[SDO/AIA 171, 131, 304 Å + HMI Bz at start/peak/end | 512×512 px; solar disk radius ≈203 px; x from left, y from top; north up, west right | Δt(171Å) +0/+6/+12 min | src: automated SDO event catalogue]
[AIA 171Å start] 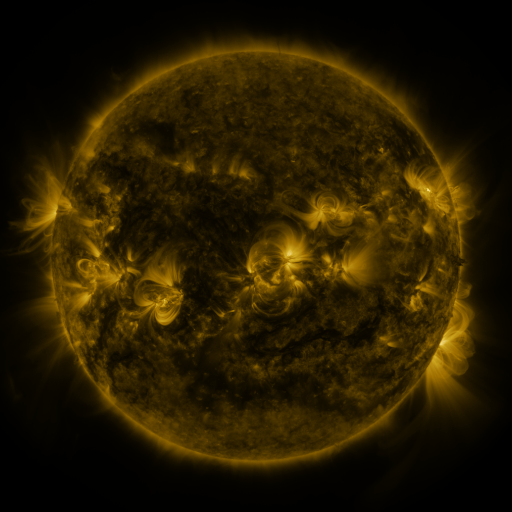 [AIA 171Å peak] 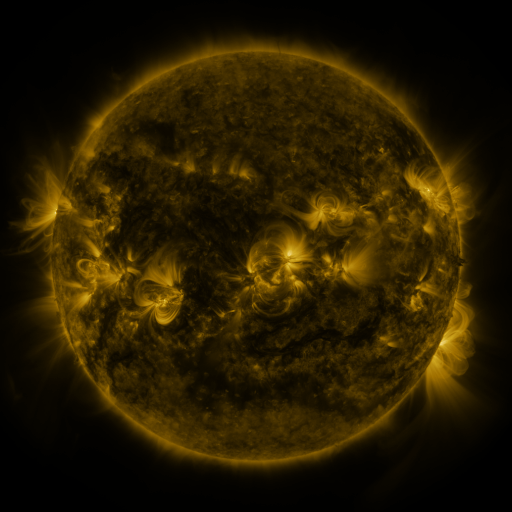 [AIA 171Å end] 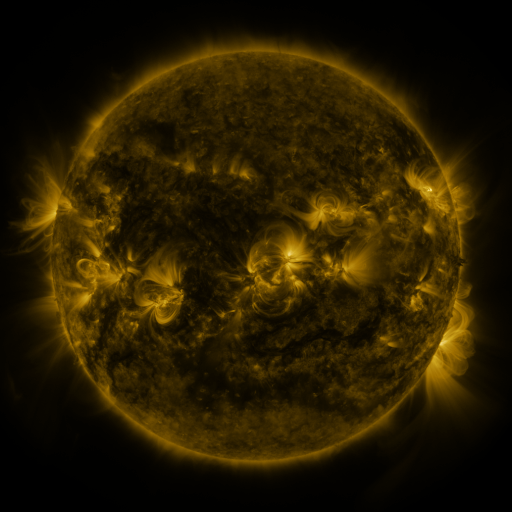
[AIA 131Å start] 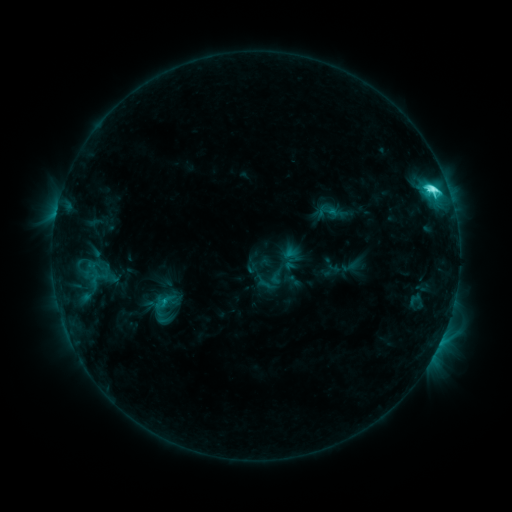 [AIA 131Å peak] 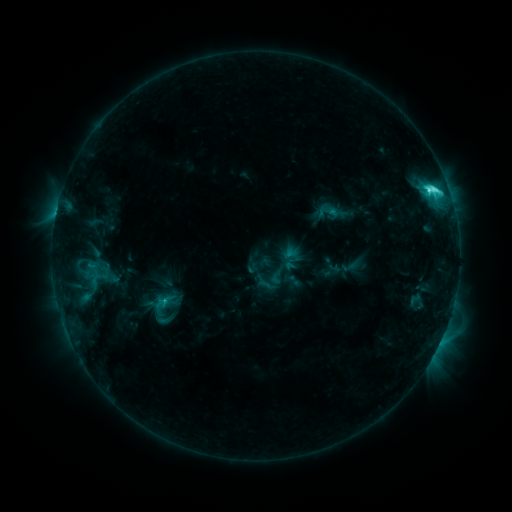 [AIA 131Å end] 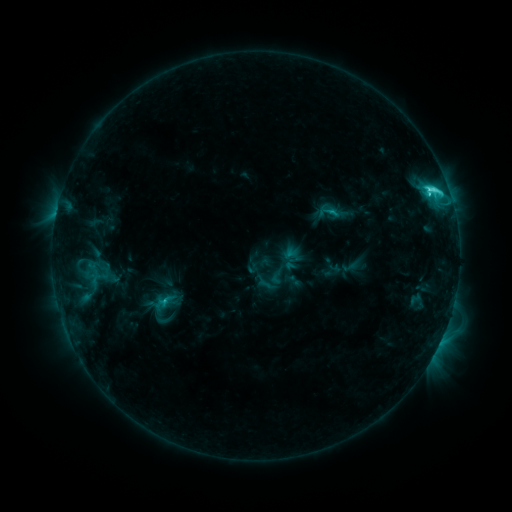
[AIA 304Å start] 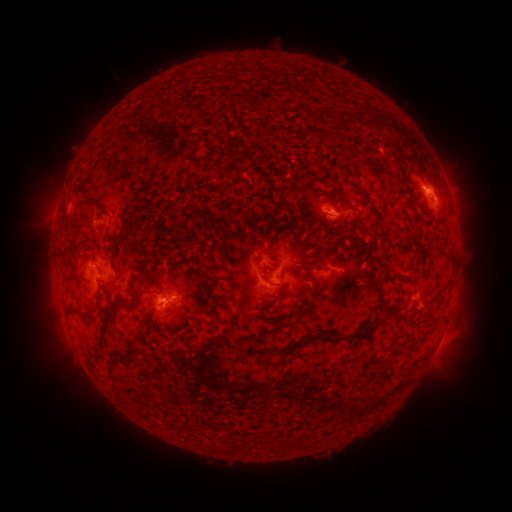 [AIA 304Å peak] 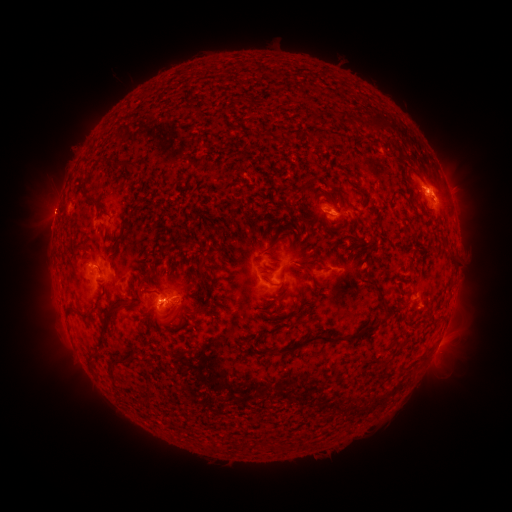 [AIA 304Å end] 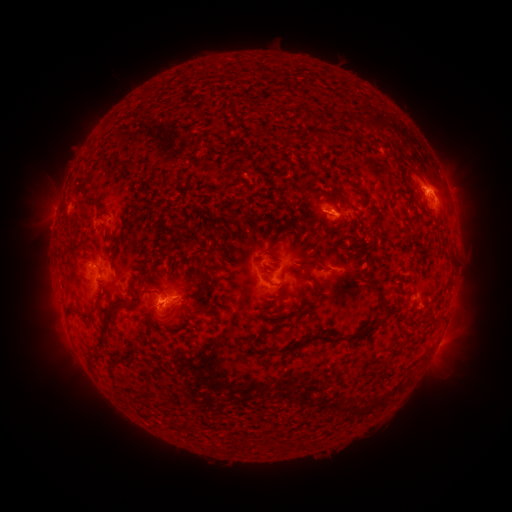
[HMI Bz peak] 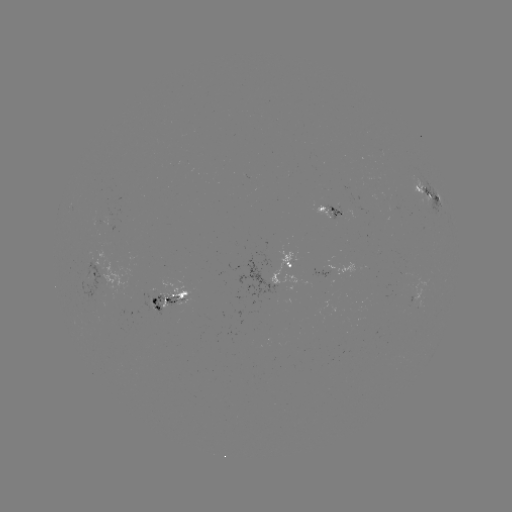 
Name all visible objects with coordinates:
eruption: (50, 211)
